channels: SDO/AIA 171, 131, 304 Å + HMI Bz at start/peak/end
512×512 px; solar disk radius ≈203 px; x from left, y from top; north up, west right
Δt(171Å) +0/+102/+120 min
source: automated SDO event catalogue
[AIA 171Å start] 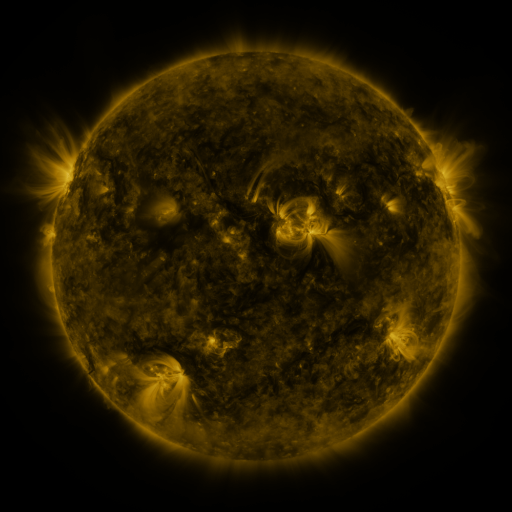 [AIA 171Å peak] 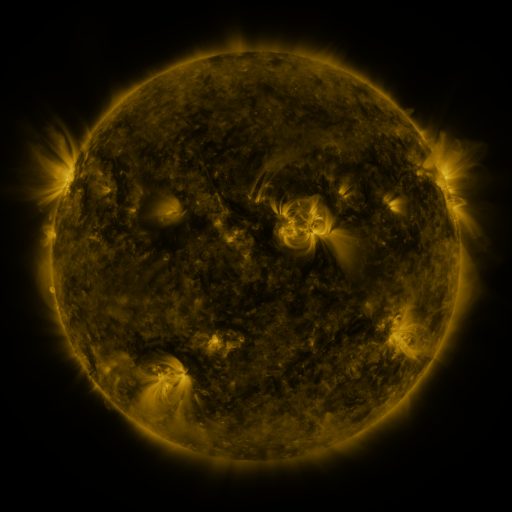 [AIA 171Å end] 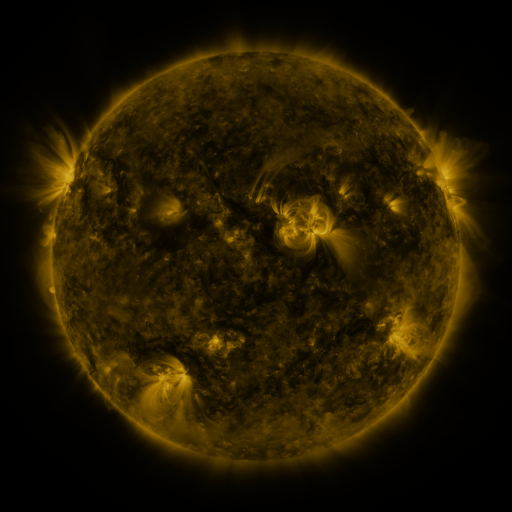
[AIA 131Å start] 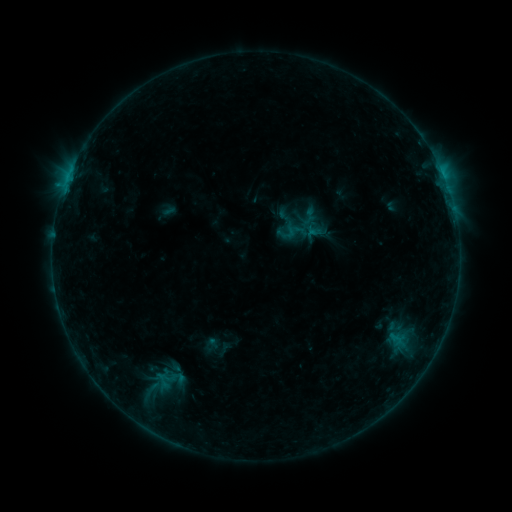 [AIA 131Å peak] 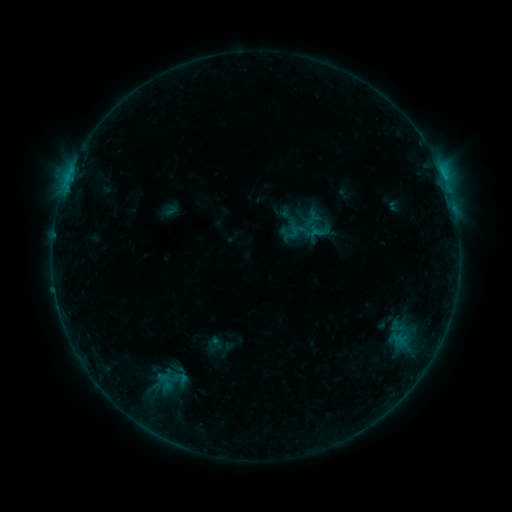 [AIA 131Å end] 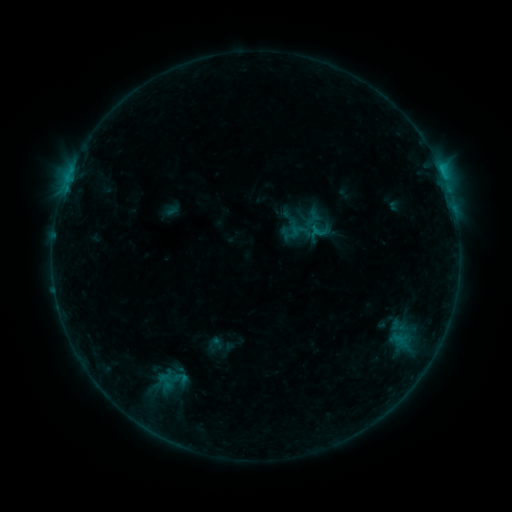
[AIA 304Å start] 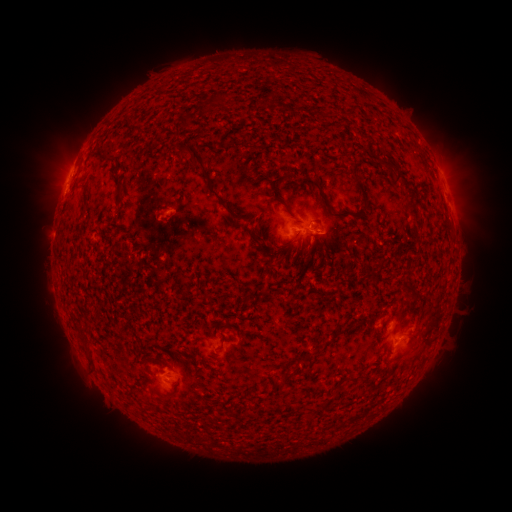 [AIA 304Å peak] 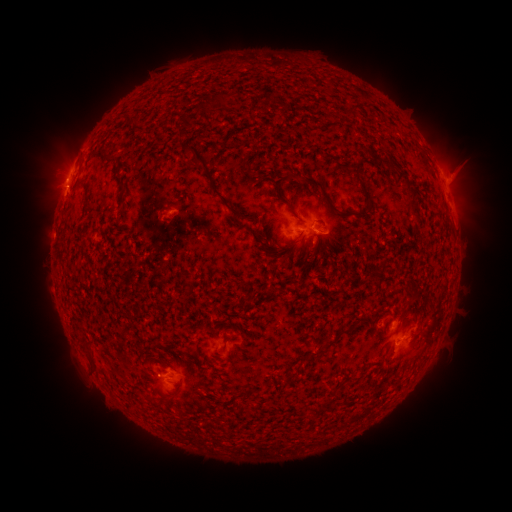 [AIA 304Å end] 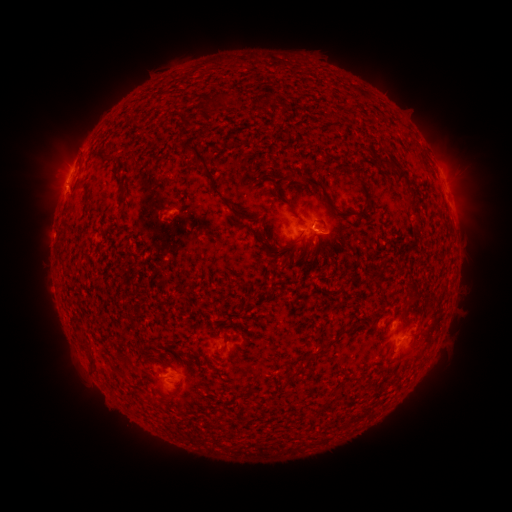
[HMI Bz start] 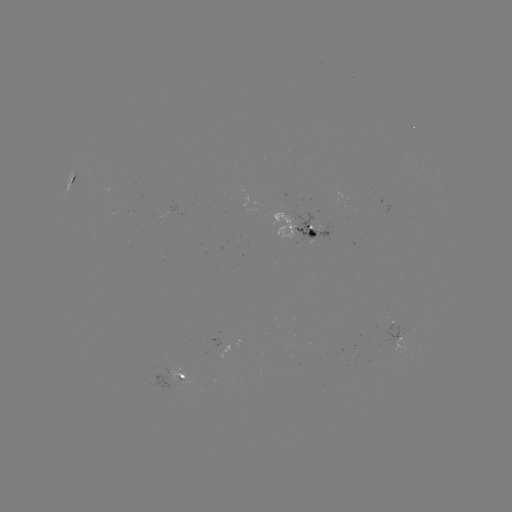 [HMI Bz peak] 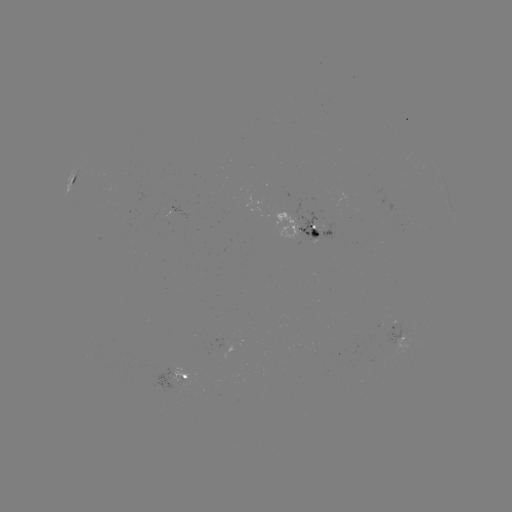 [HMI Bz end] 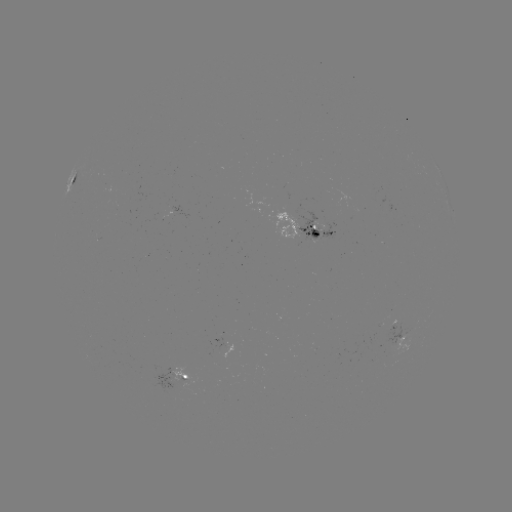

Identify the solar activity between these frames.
emerging-flux region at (411, 328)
